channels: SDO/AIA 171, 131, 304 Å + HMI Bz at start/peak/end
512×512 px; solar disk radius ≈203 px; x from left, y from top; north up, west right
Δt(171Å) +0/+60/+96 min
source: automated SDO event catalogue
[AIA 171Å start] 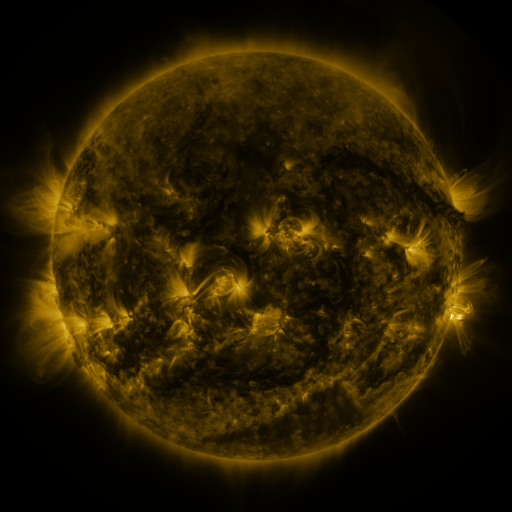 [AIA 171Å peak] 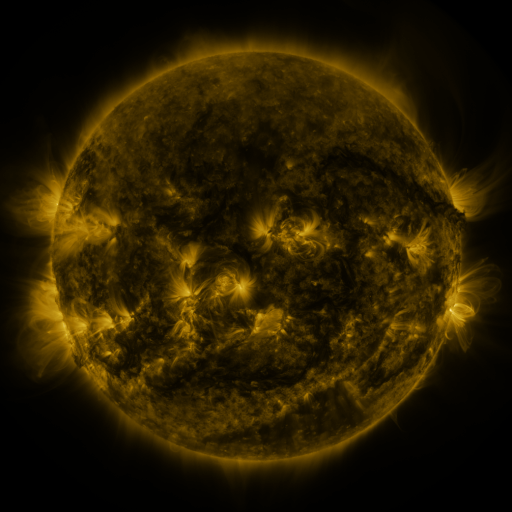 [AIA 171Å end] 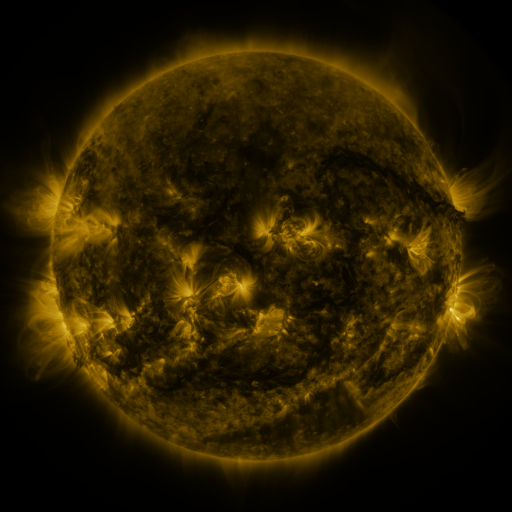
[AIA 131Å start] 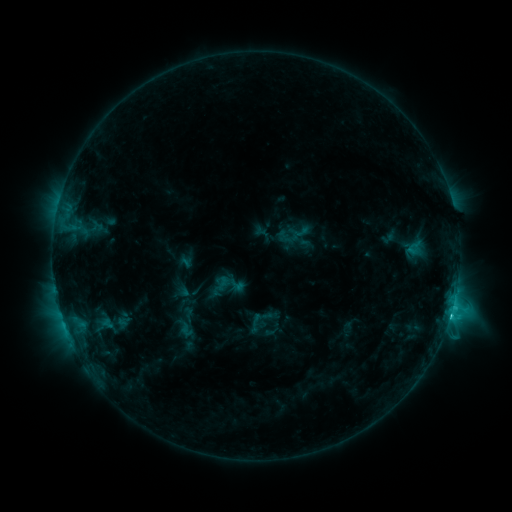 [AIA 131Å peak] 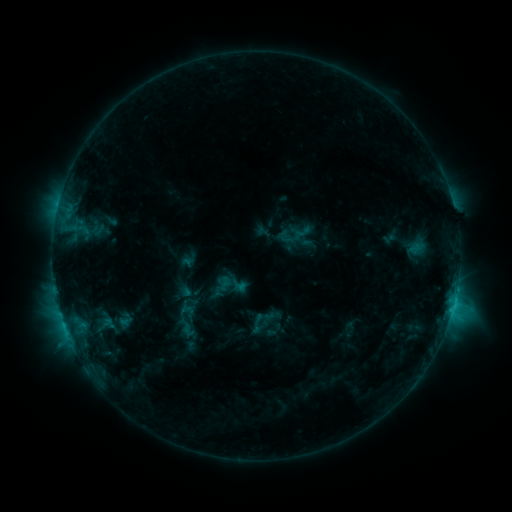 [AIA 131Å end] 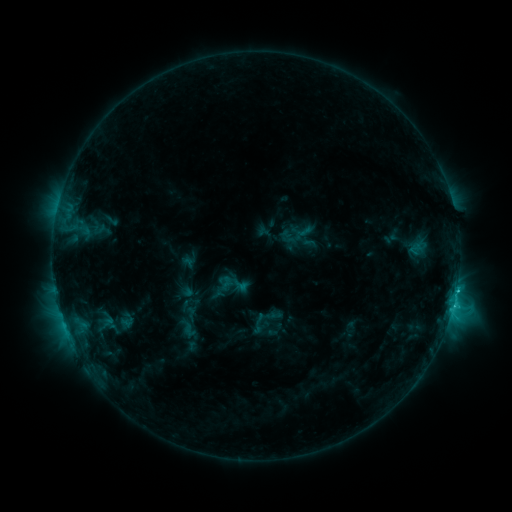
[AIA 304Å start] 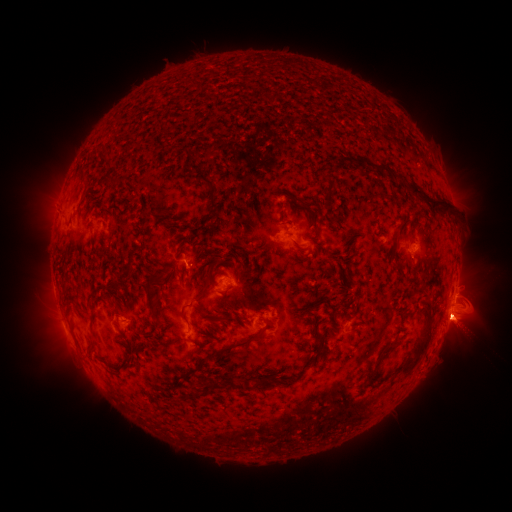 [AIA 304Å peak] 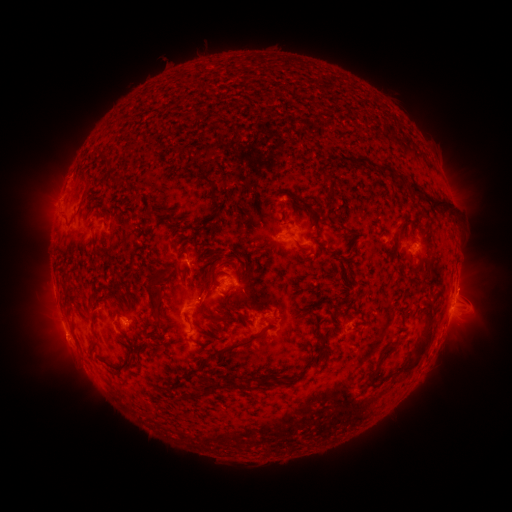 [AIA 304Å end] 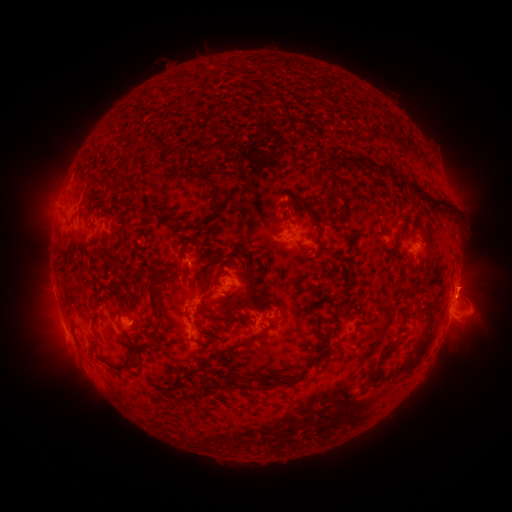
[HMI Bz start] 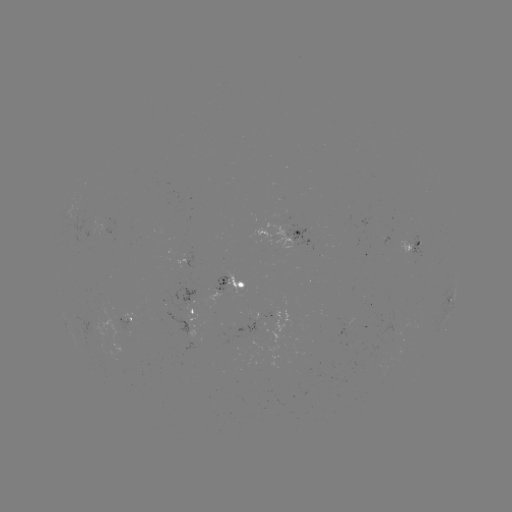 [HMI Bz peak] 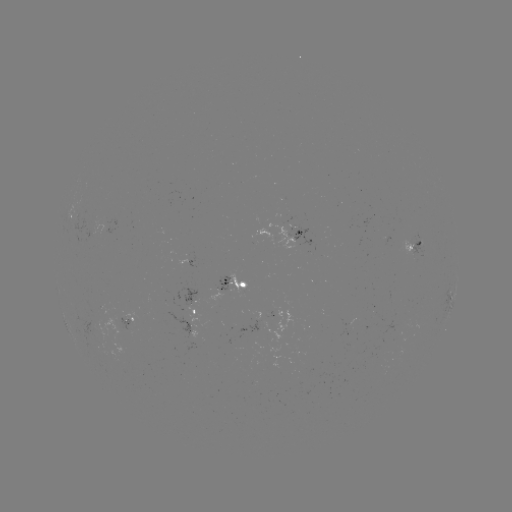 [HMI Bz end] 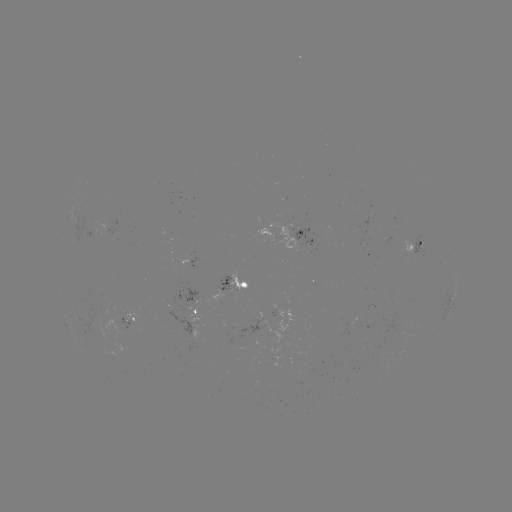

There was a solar emerging-flux region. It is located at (256, 328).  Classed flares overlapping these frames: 2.